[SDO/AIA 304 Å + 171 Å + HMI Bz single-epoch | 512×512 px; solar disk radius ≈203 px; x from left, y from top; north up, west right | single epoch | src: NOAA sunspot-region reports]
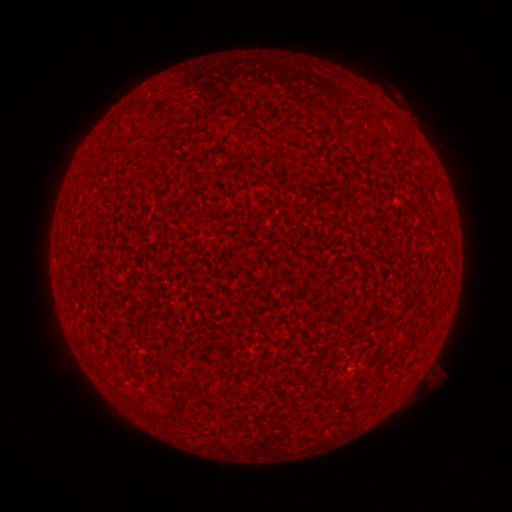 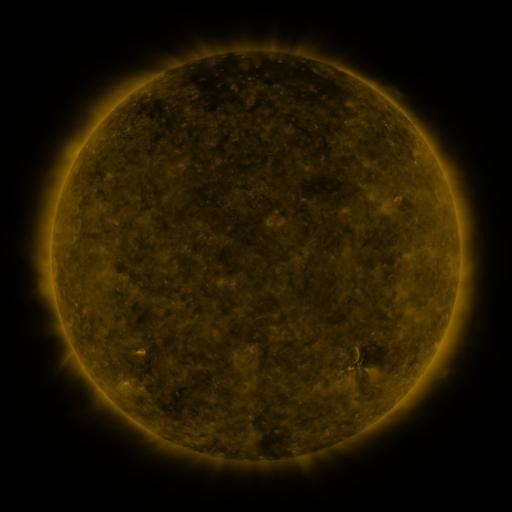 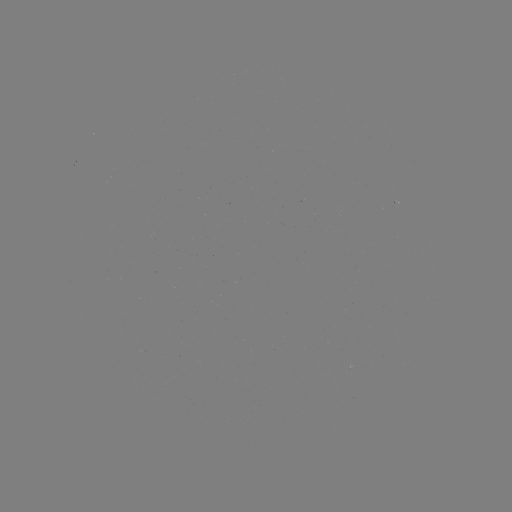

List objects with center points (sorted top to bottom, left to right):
(none)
